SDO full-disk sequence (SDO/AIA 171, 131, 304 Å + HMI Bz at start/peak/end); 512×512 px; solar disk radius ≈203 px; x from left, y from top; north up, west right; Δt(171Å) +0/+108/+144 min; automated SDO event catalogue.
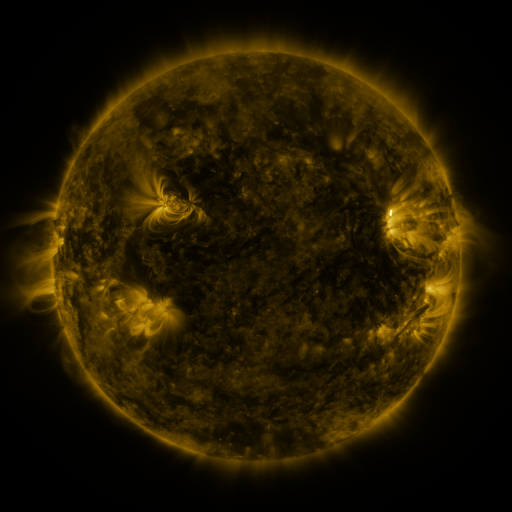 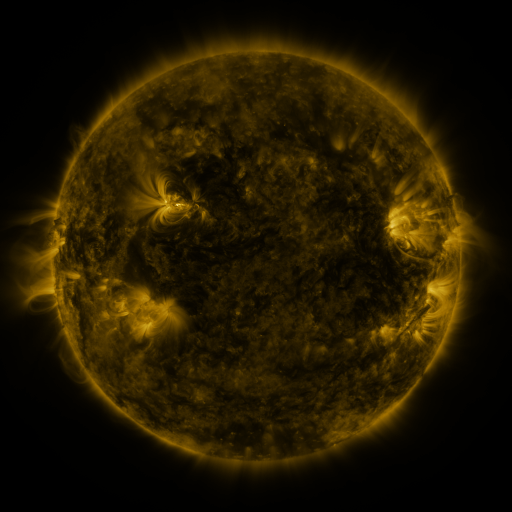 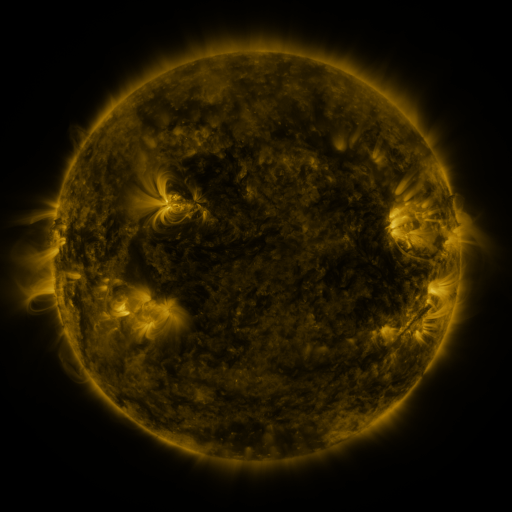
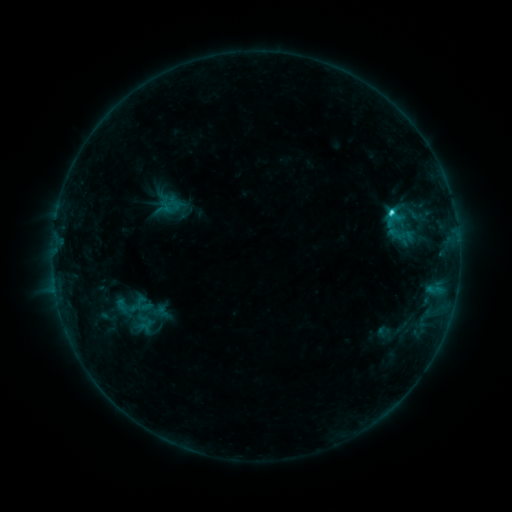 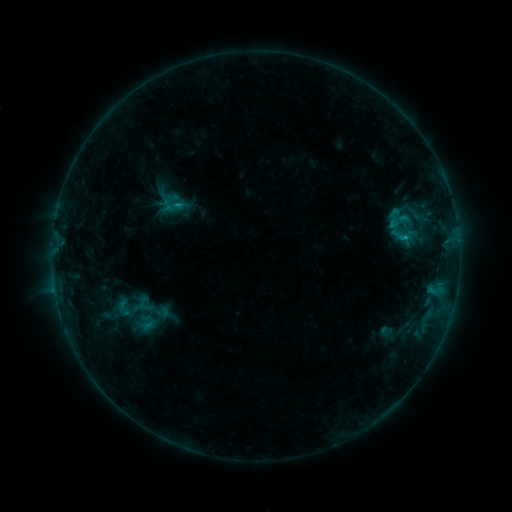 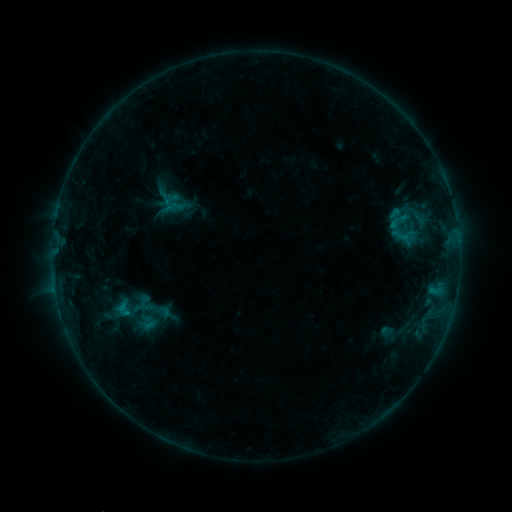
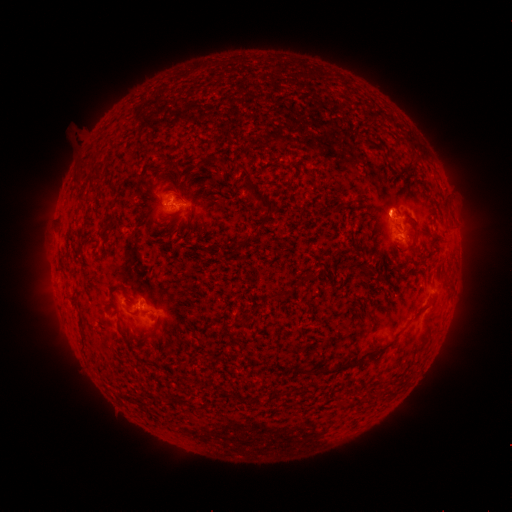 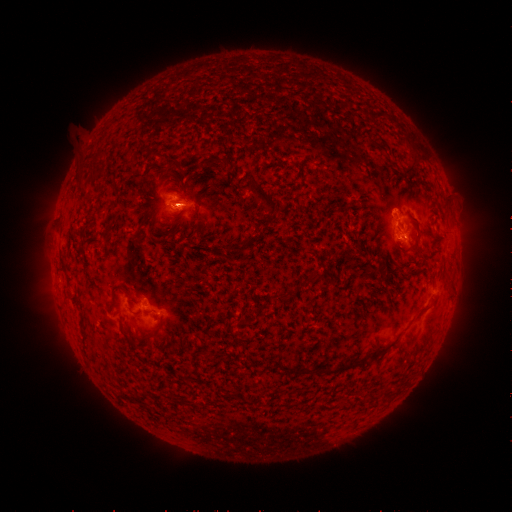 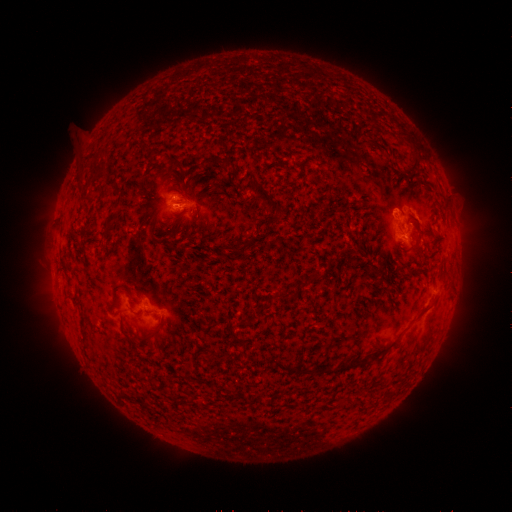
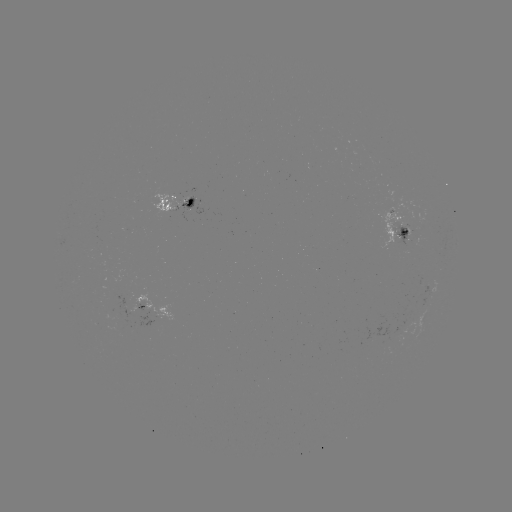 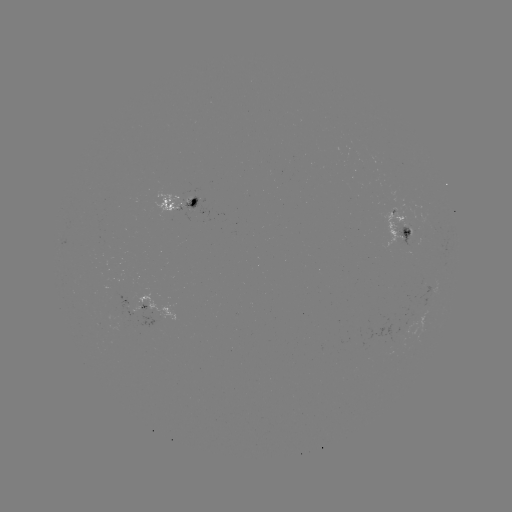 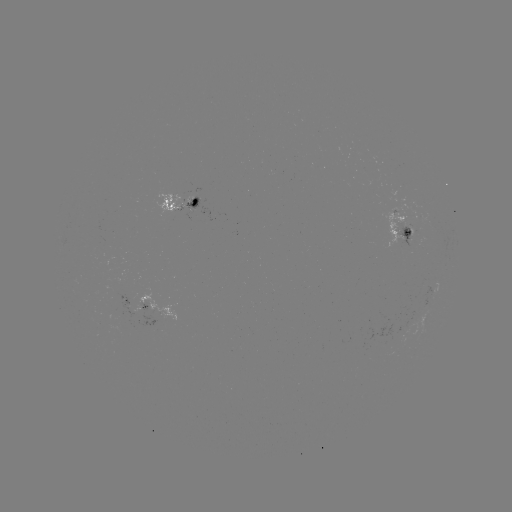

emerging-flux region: <bbox>153, 189, 191, 217</bbox>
